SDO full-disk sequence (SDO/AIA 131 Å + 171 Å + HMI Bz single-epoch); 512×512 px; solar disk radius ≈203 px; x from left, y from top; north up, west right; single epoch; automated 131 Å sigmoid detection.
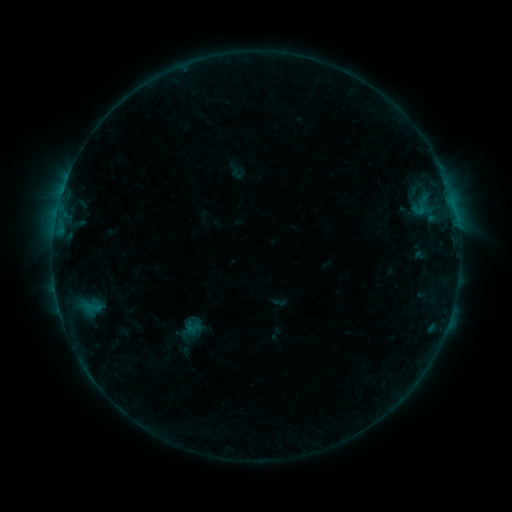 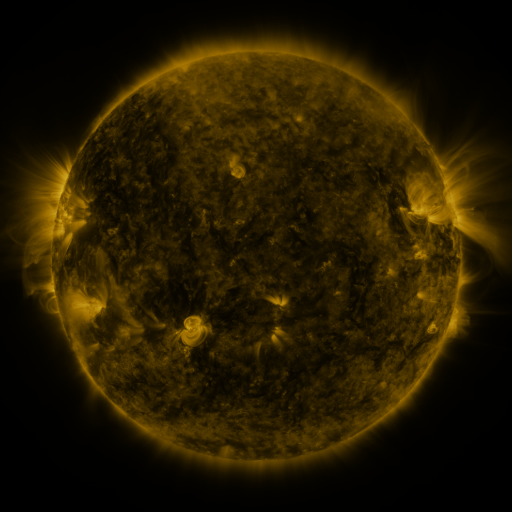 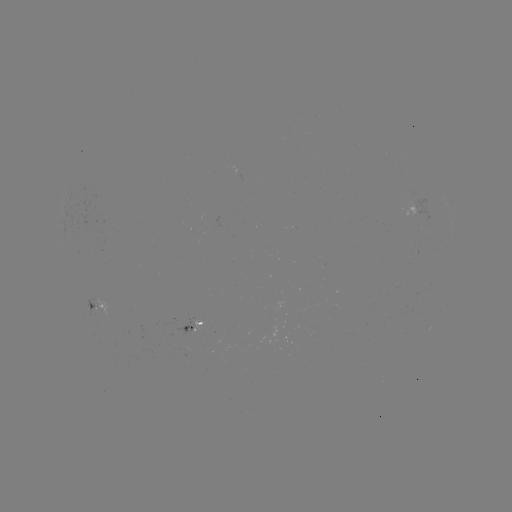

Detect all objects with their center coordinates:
sigmoid: [181, 316, 205, 337]
